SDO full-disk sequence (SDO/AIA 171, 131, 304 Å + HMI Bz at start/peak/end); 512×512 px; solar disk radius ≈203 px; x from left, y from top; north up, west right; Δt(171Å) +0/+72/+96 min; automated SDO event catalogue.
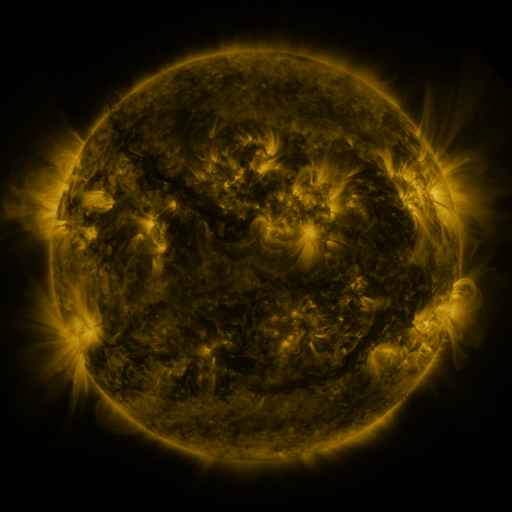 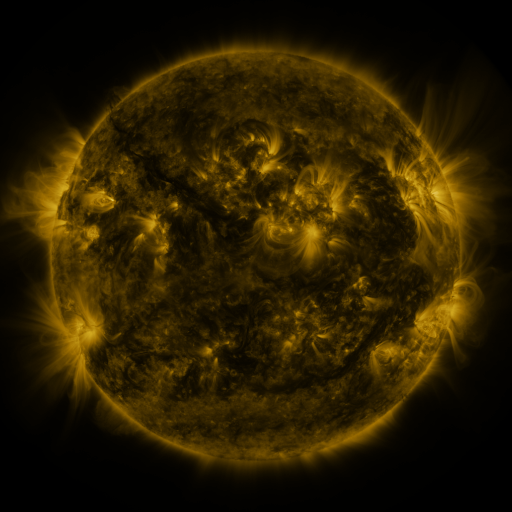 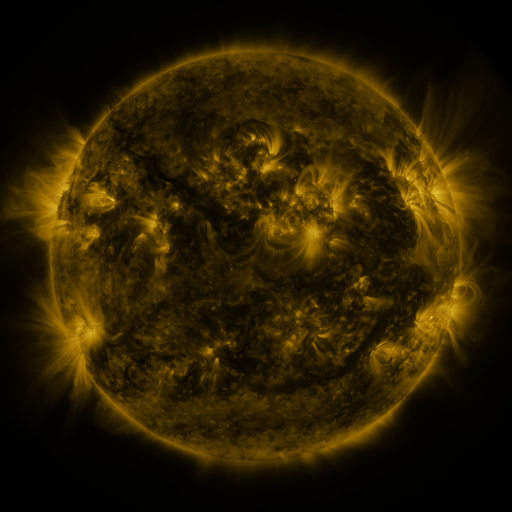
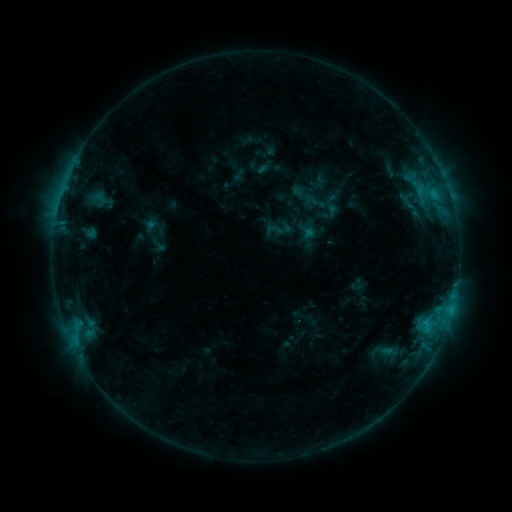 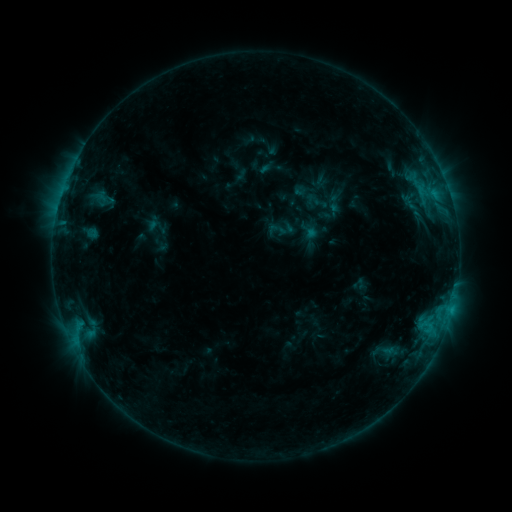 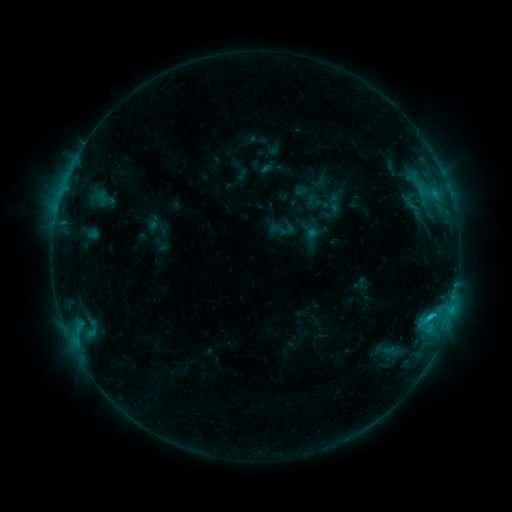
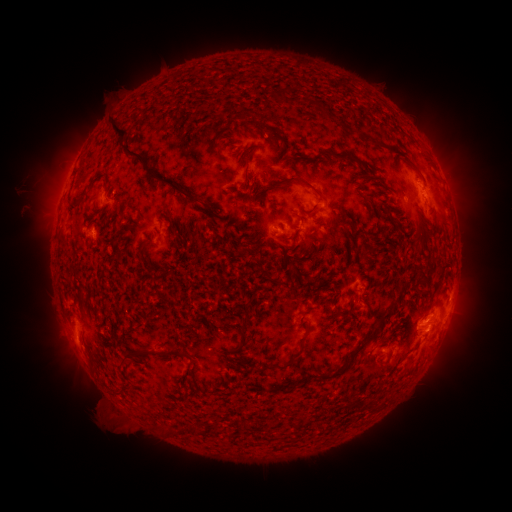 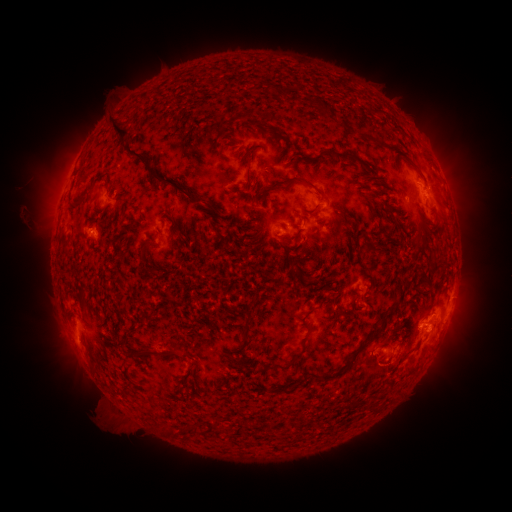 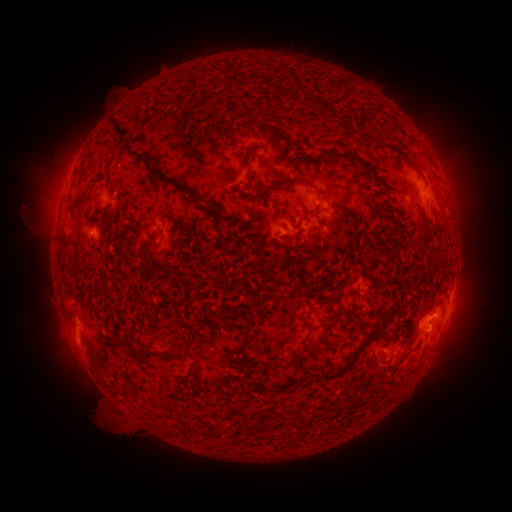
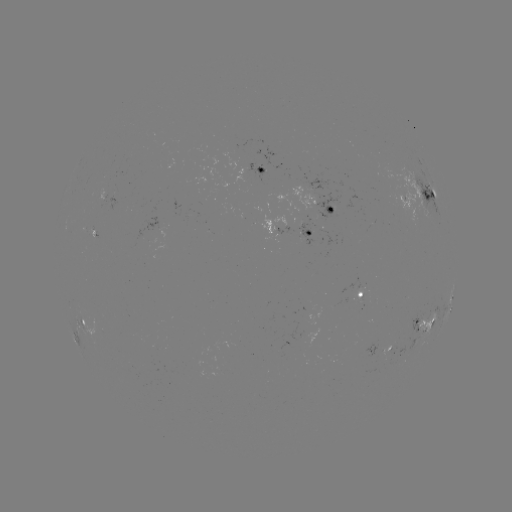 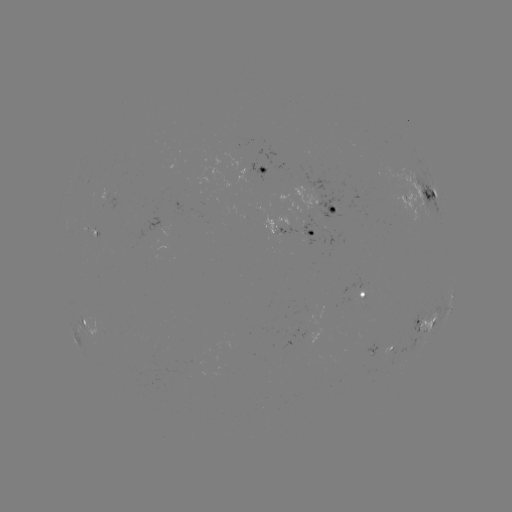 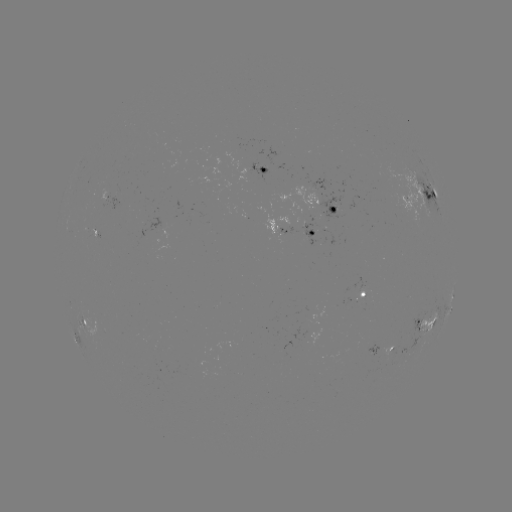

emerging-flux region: [354, 282, 366, 301]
